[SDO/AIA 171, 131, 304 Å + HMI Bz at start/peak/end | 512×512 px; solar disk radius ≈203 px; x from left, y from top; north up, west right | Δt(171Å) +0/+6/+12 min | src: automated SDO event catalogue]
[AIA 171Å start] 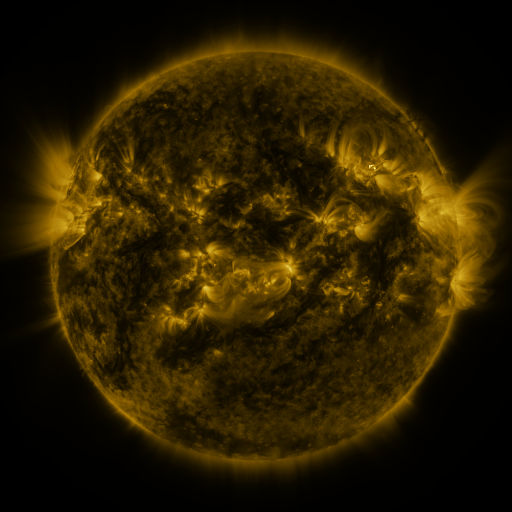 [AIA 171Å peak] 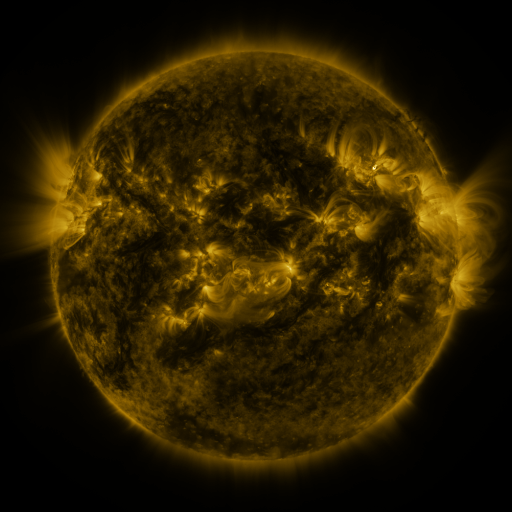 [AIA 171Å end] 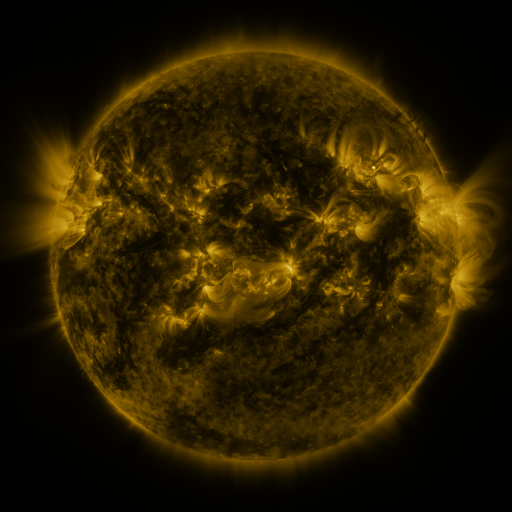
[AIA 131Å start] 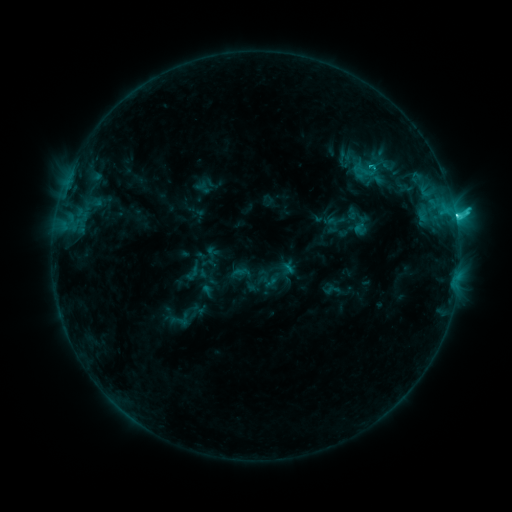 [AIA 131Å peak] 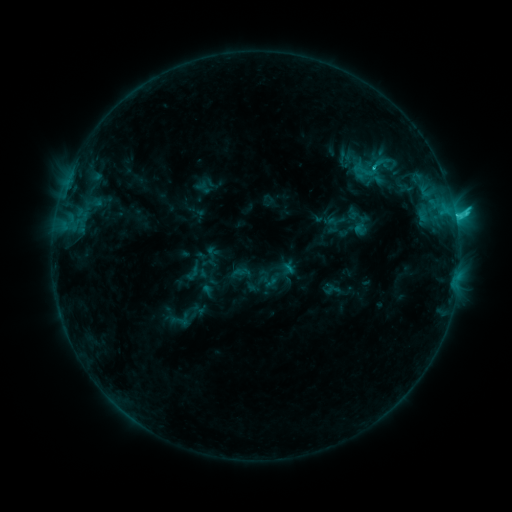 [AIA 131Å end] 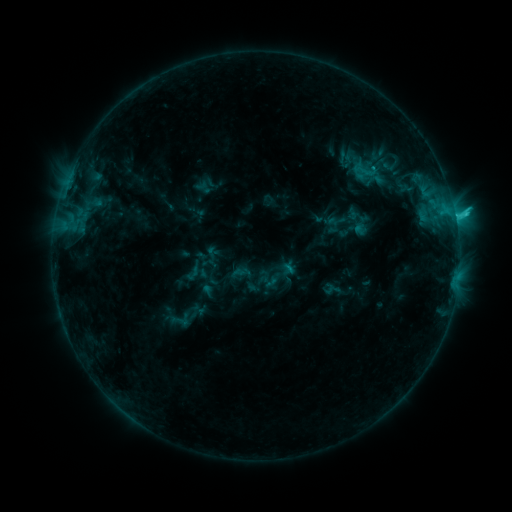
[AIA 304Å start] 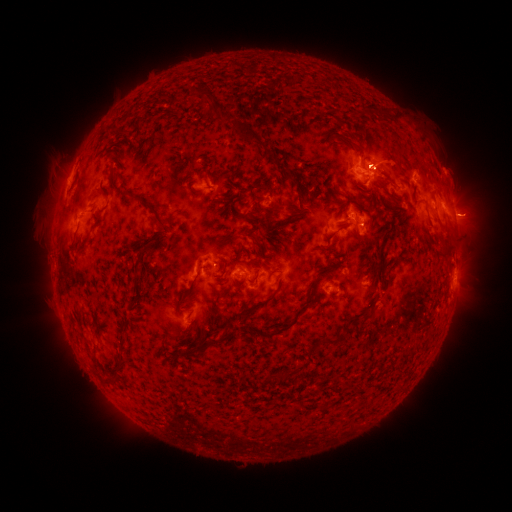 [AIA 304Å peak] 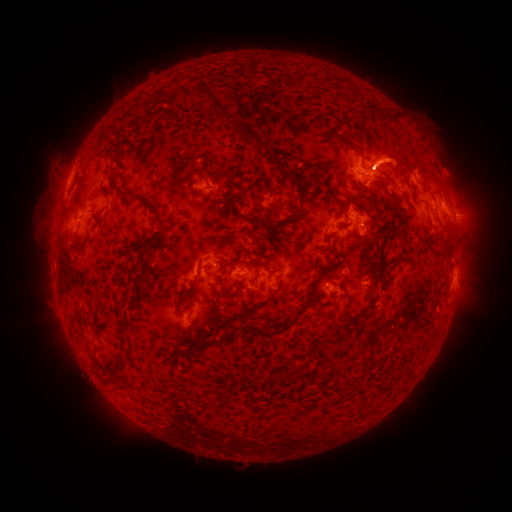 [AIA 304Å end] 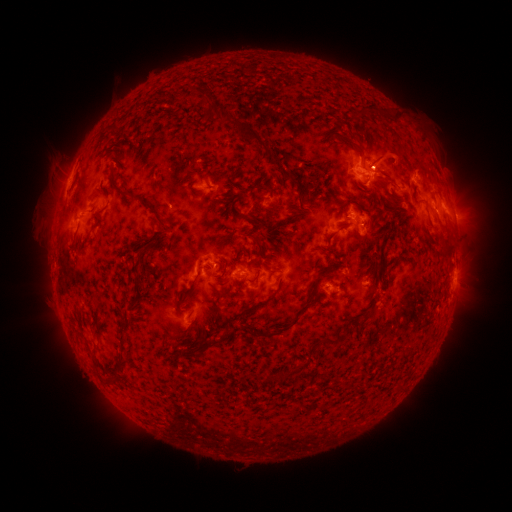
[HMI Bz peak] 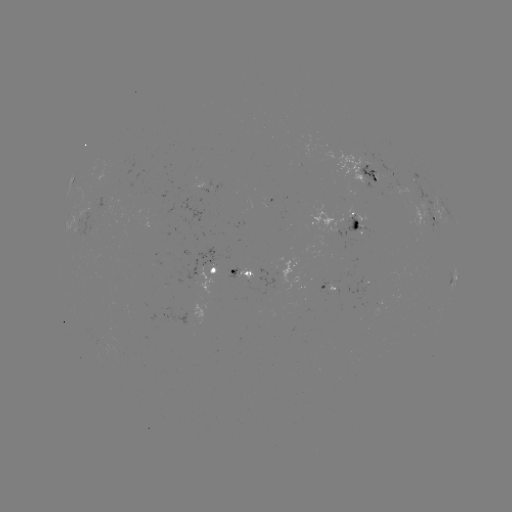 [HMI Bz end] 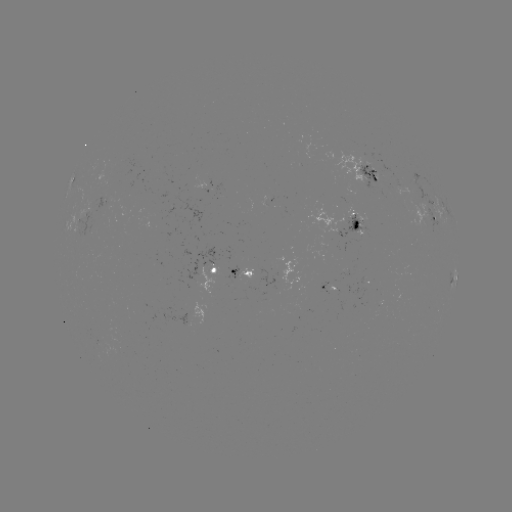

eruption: (349, 125, 422, 182)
